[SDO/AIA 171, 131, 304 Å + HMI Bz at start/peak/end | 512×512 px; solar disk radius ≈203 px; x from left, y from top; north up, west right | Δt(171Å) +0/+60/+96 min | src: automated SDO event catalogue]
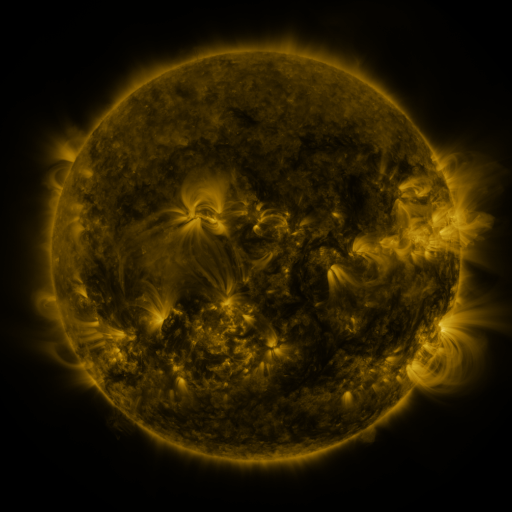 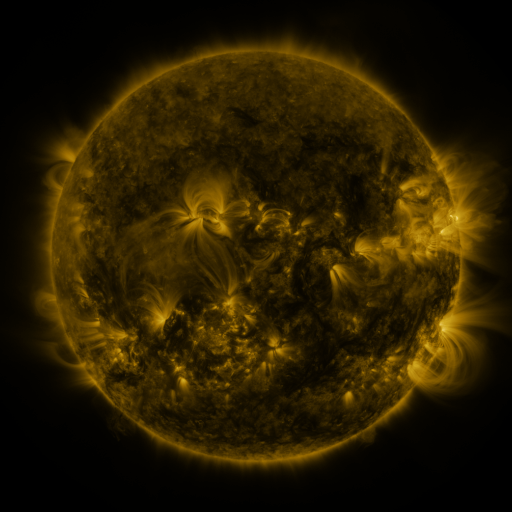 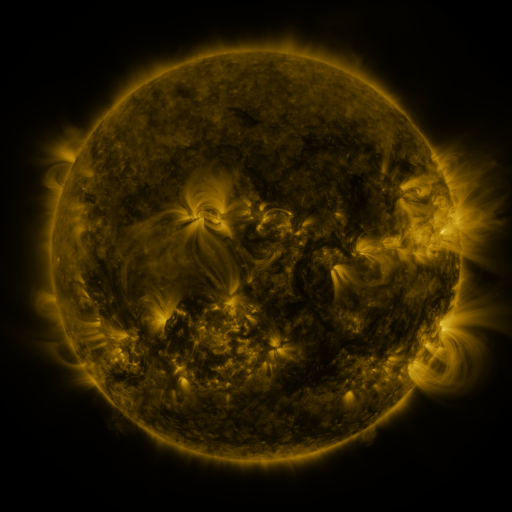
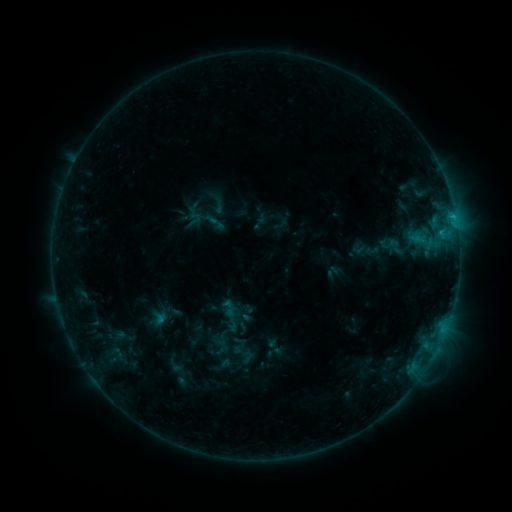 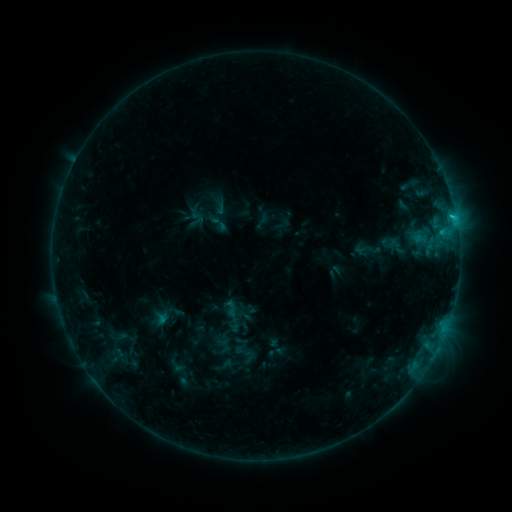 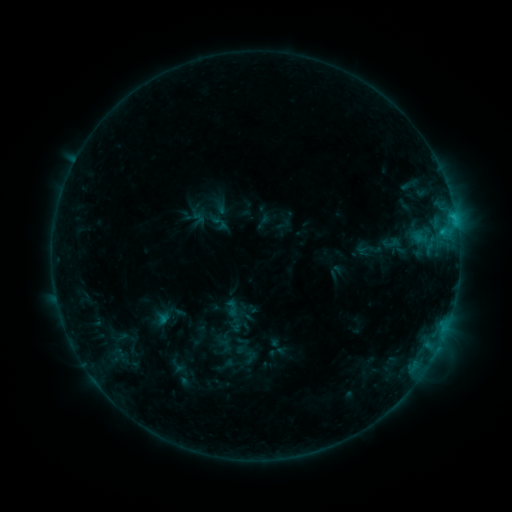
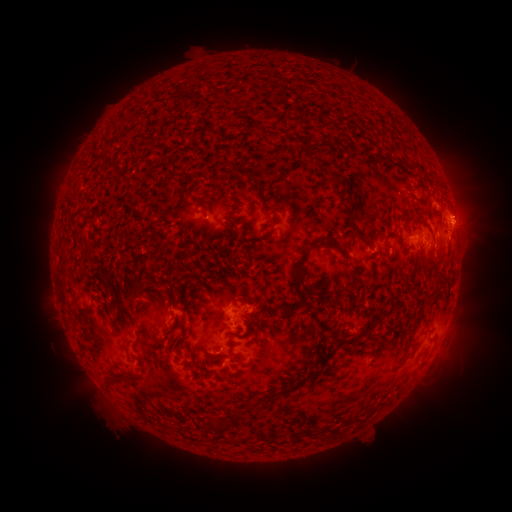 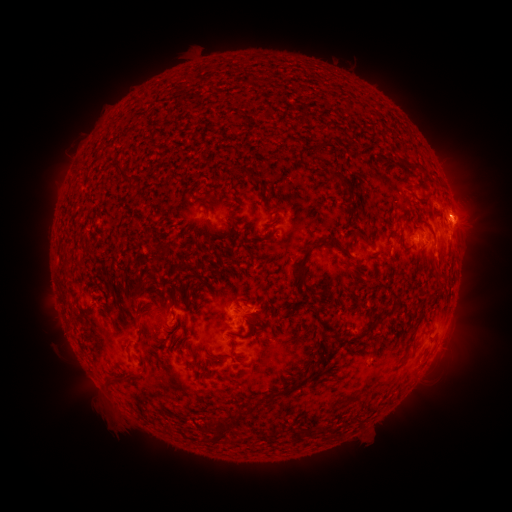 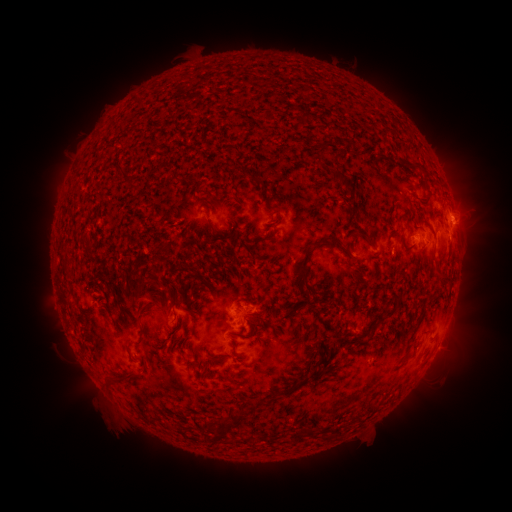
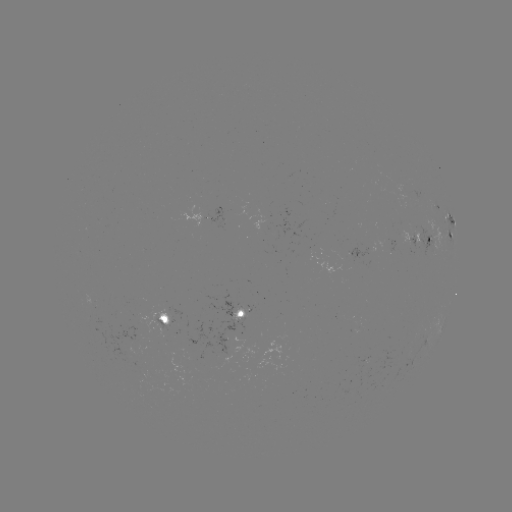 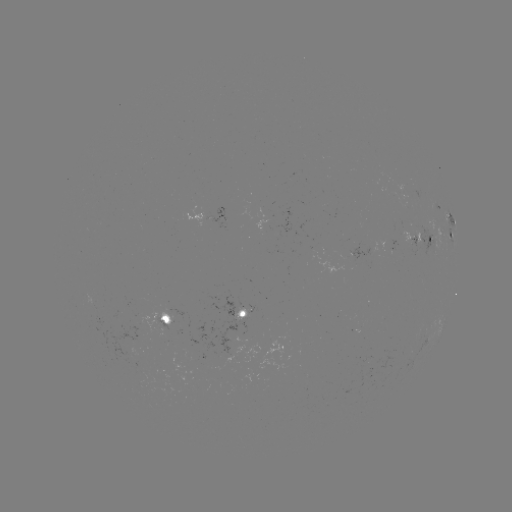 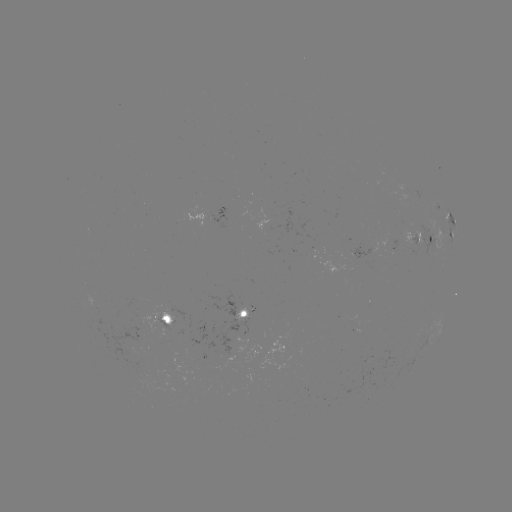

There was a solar emerging-flux region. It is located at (417, 243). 